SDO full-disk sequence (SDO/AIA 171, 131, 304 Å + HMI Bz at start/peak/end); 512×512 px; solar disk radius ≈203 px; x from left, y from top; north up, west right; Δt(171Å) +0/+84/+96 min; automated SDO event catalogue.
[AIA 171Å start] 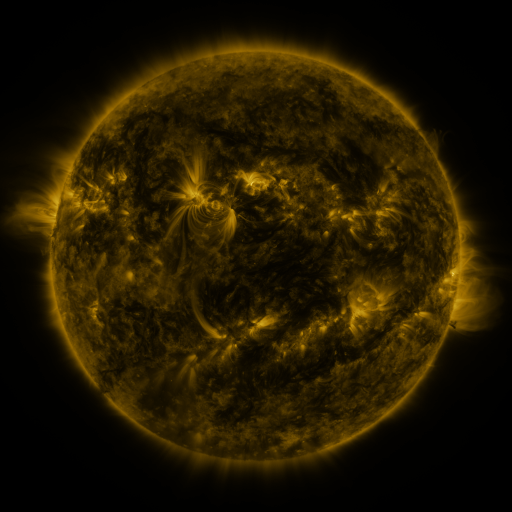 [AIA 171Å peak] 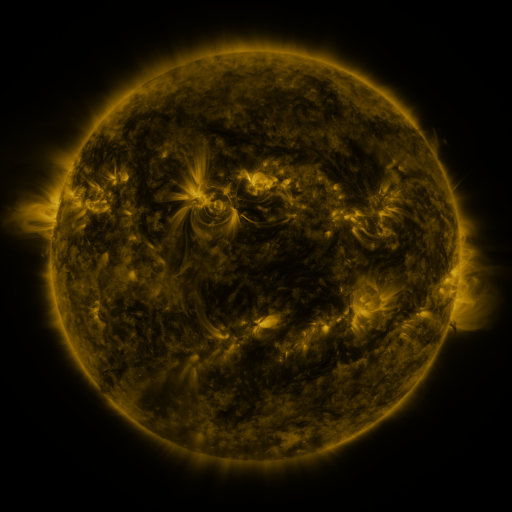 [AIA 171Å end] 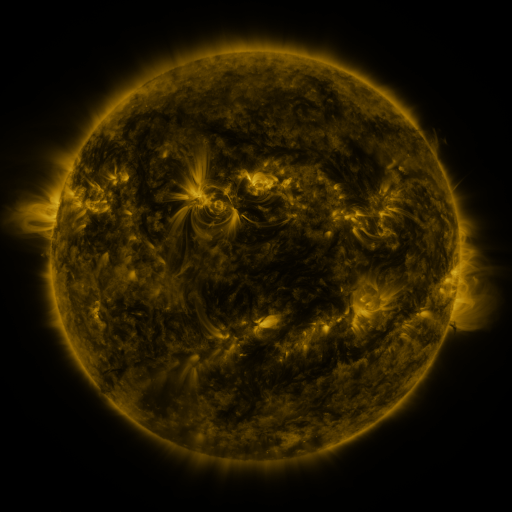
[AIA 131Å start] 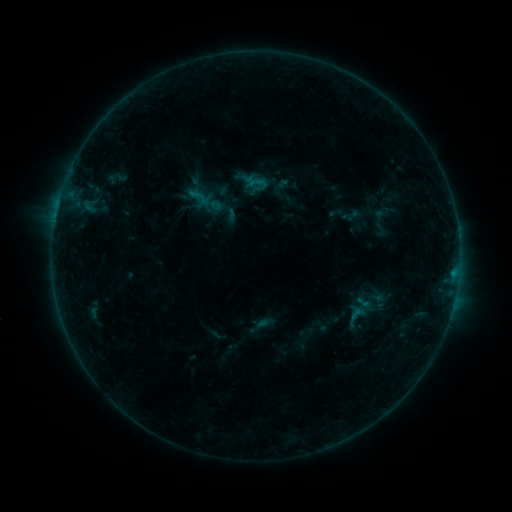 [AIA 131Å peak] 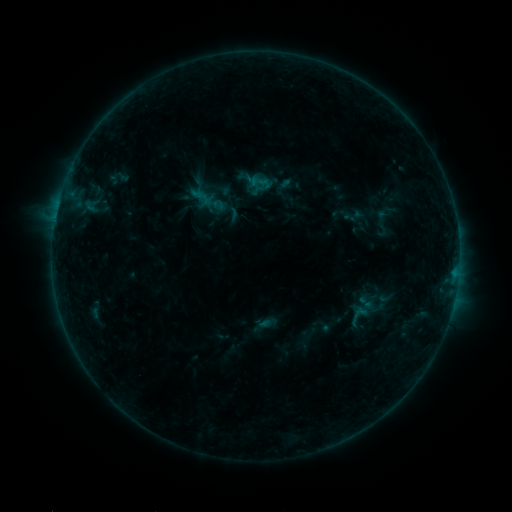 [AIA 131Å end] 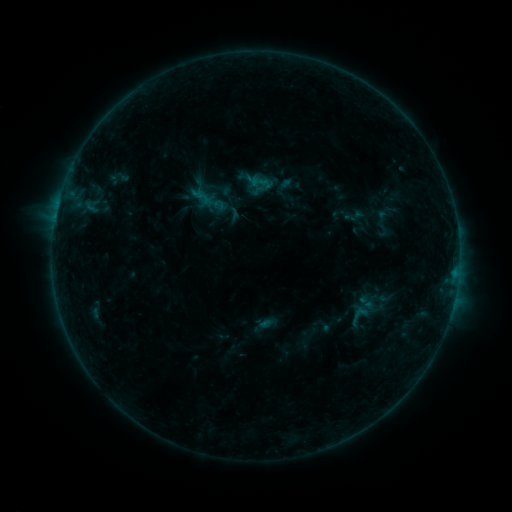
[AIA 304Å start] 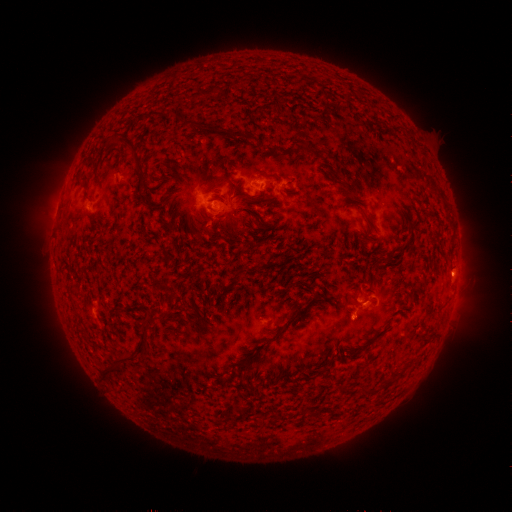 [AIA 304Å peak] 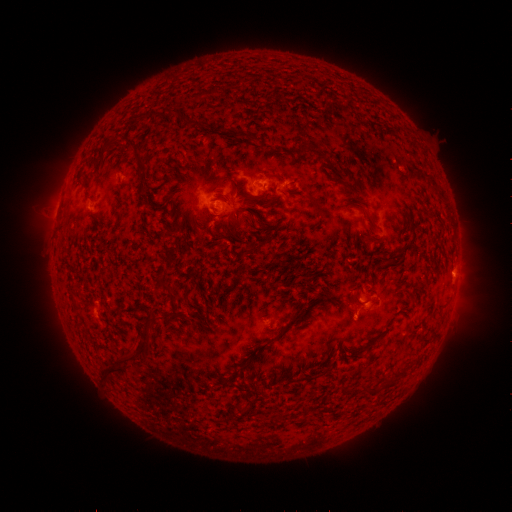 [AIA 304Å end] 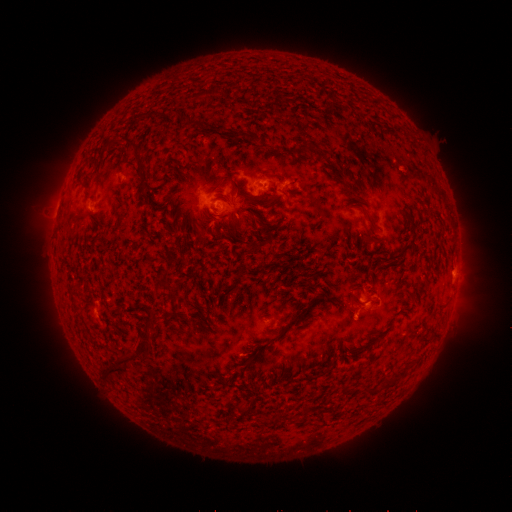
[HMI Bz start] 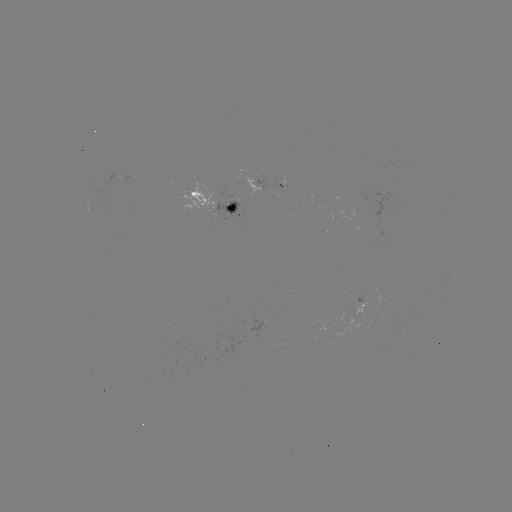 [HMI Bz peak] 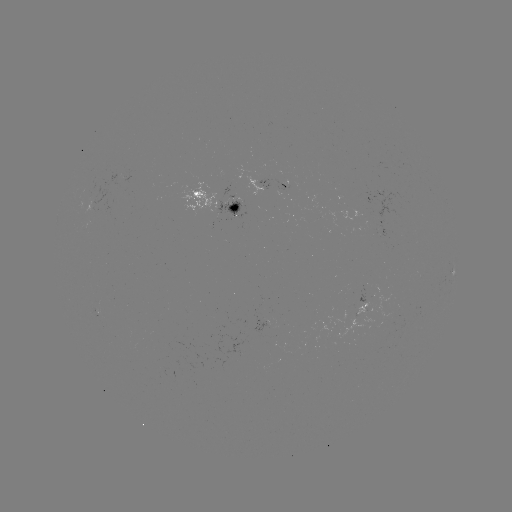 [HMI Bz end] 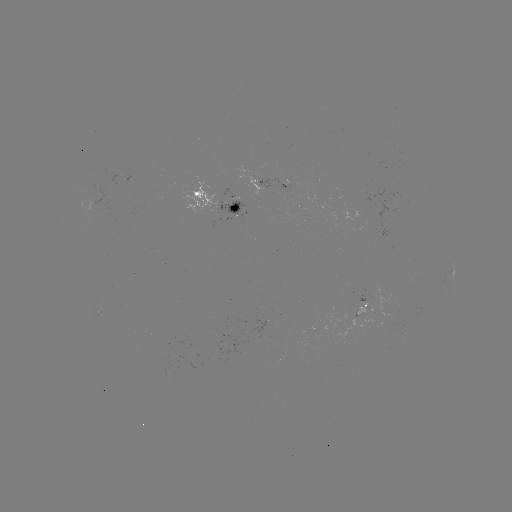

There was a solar emerging-flux region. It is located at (91, 207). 